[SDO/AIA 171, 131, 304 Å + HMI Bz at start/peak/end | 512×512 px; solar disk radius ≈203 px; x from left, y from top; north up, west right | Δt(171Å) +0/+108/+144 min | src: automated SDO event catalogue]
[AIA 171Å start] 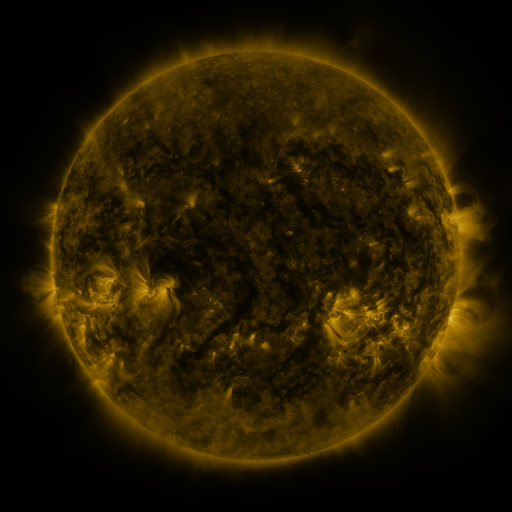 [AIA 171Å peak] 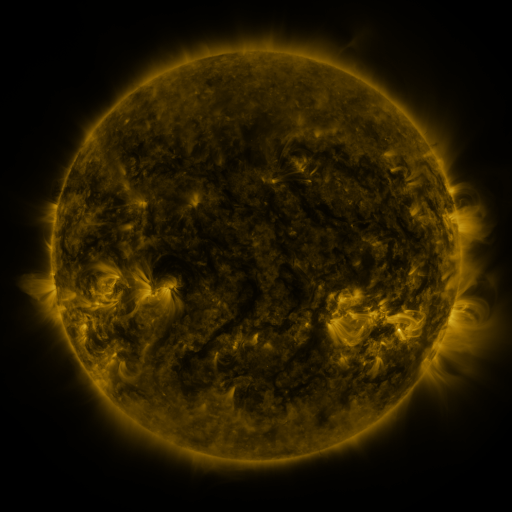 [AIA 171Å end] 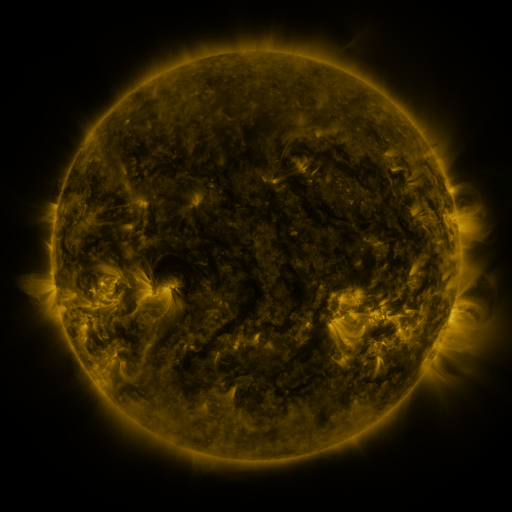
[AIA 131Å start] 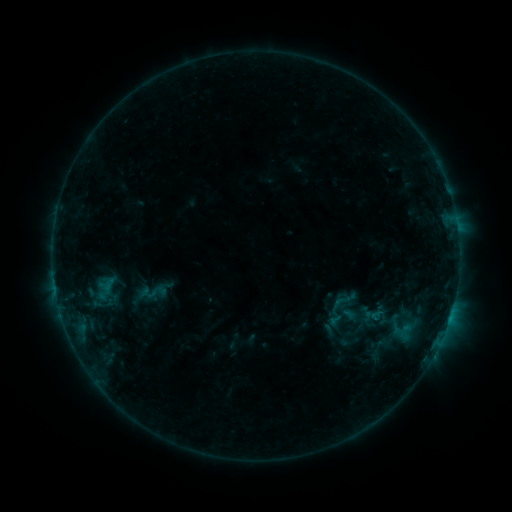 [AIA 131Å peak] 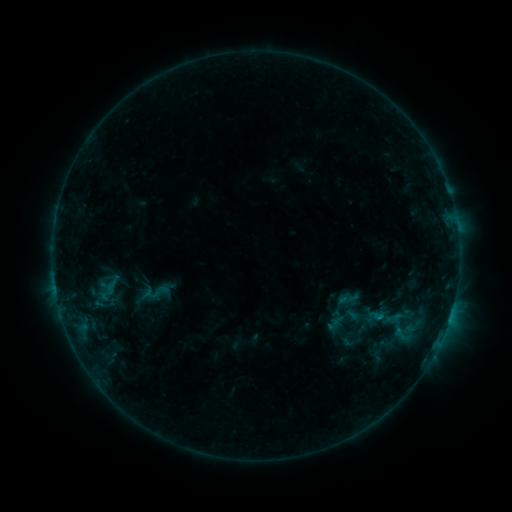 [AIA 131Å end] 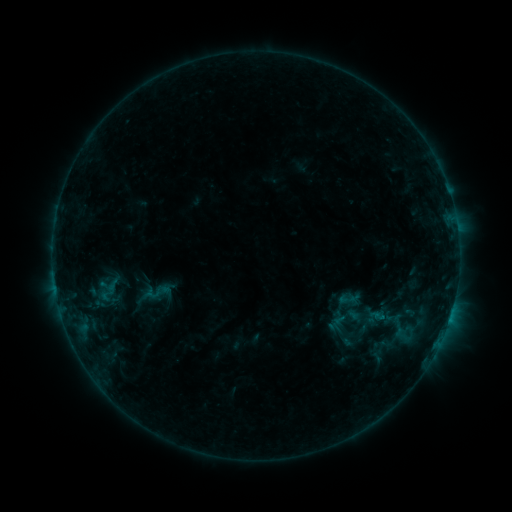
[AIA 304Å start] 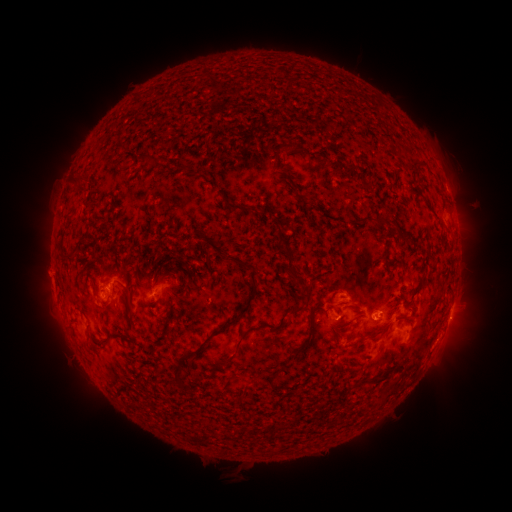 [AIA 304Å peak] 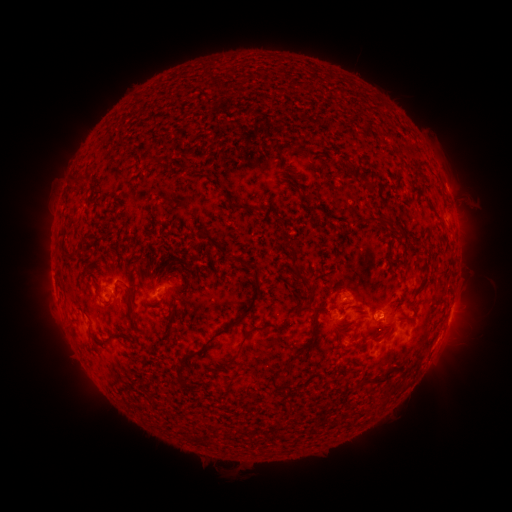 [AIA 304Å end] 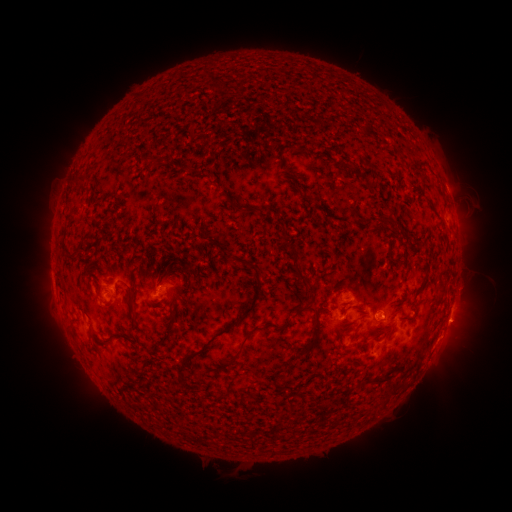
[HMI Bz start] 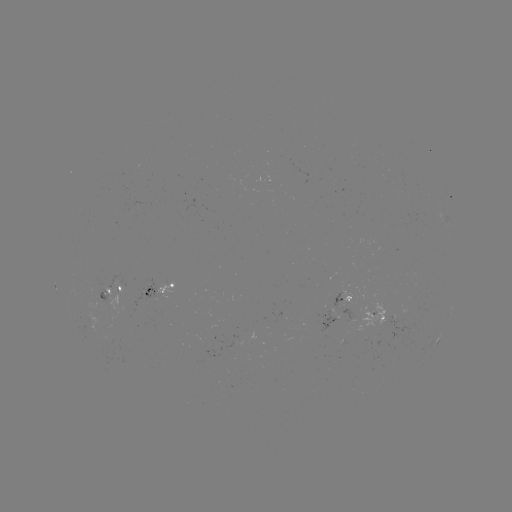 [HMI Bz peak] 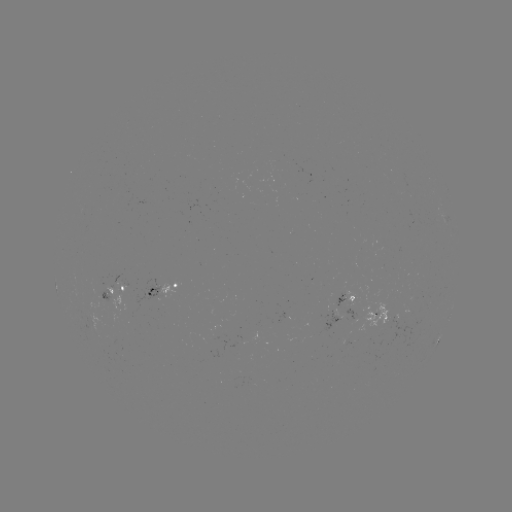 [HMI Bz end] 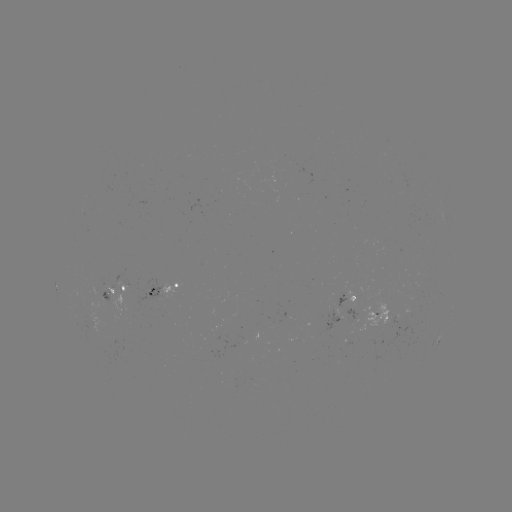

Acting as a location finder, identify emerging-flux region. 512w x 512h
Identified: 106,297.